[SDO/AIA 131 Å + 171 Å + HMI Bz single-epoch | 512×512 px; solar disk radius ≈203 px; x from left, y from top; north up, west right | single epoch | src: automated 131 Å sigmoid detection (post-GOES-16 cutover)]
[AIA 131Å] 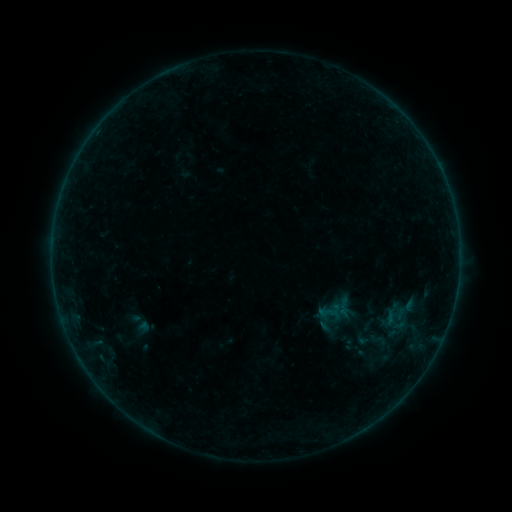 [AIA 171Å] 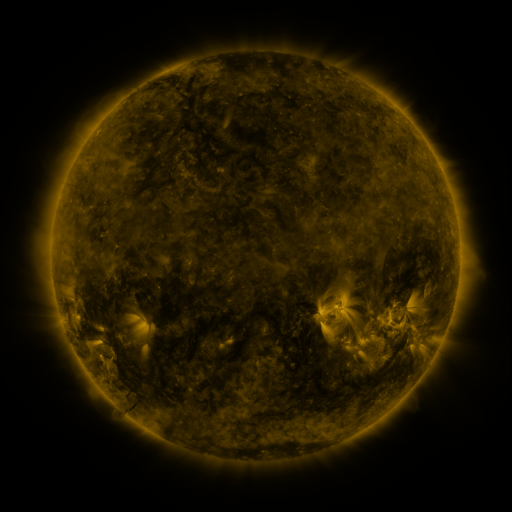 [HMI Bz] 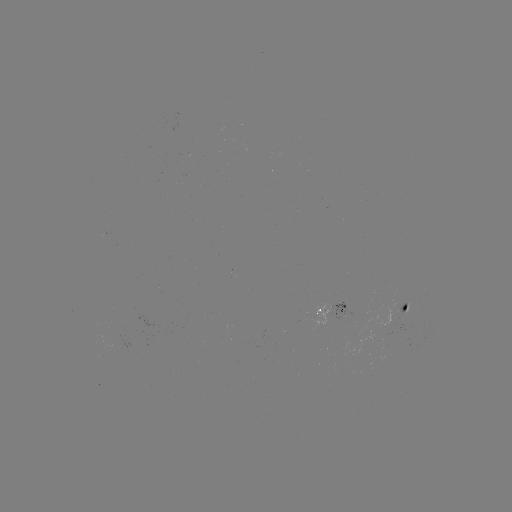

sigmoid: (358, 314, 378, 335)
